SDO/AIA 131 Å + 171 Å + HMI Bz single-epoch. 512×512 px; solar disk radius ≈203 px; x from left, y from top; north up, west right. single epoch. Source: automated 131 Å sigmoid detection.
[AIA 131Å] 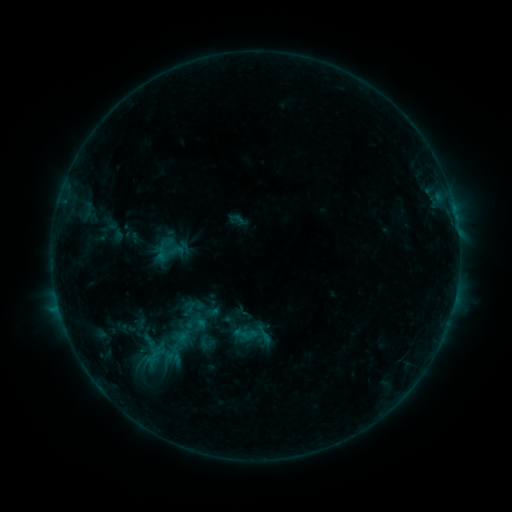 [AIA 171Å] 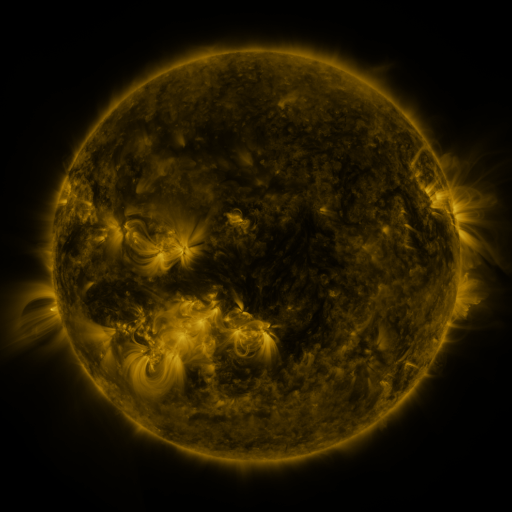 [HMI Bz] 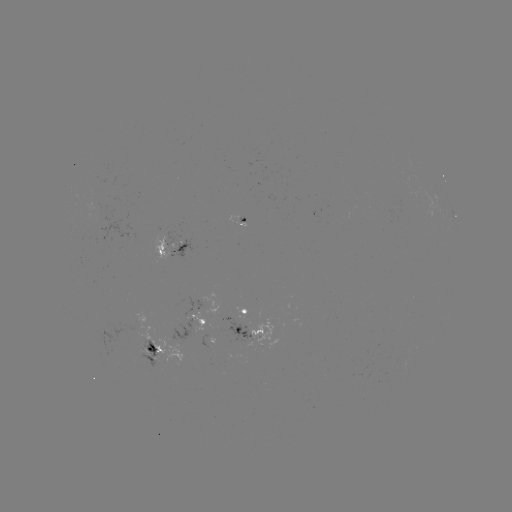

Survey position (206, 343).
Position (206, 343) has sigmoid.